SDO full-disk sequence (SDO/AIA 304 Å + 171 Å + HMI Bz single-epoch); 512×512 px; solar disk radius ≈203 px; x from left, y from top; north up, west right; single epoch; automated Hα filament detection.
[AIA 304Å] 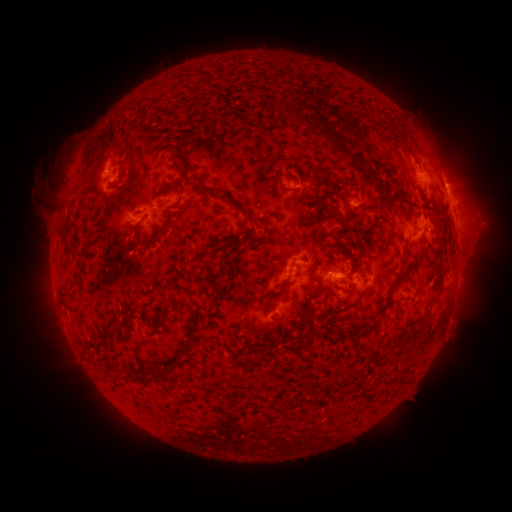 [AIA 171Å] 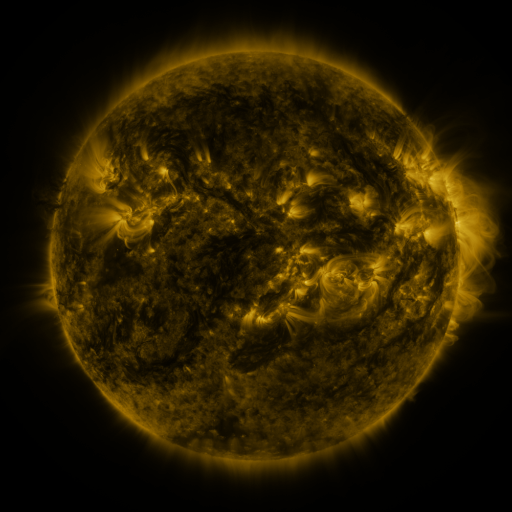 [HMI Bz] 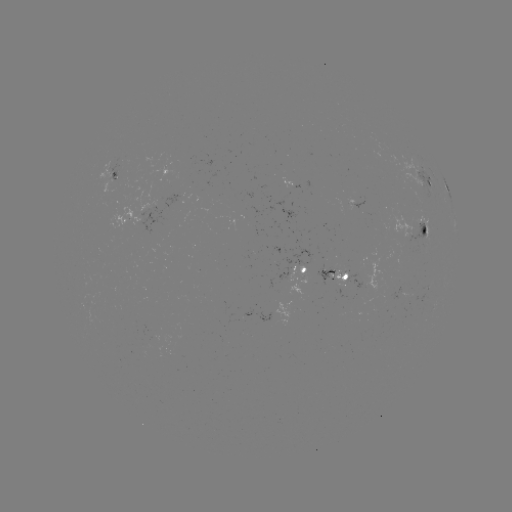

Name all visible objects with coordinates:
filament: (258, 89)
filament: (318, 123)
filament: (337, 140)
filament: (121, 173)
filament: (203, 190)
filament: (287, 190)
filament: (373, 209)
filament: (329, 213)
filament: (249, 221)
filament: (162, 231)
filament: (424, 232)
filament: (303, 270)
filament: (340, 271)
filament: (280, 289)
filament: (343, 291)
filament: (309, 292)
filament: (344, 309)
filament: (382, 313)
filament: (396, 346)
filament: (136, 350)
filament: (359, 371)
filament: (156, 376)
filament: (342, 378)
